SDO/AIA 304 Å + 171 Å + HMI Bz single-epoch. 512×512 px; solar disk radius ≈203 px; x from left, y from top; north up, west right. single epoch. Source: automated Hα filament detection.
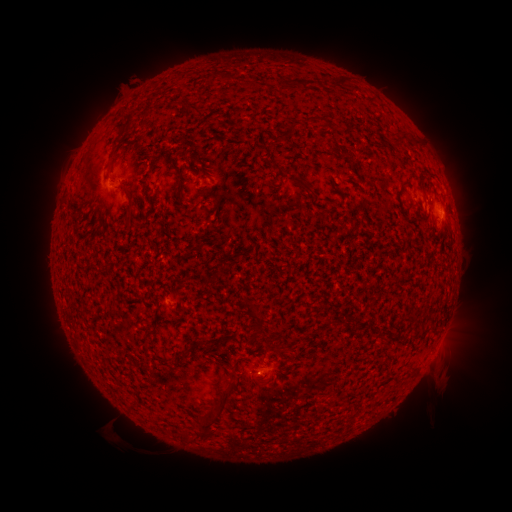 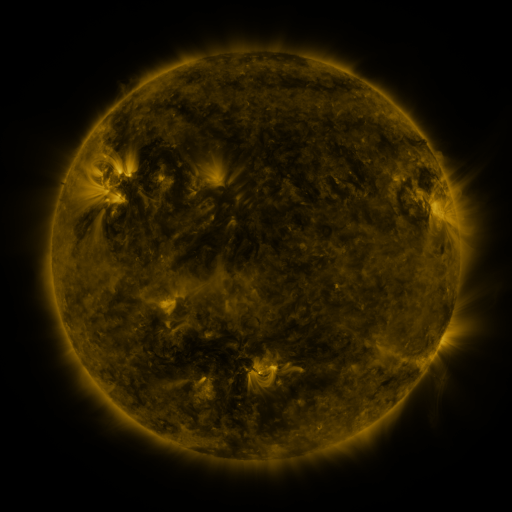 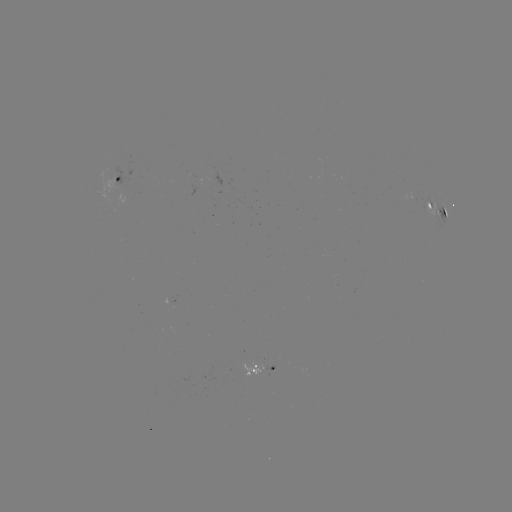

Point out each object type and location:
filament: <bbox>206, 70, 232, 82</bbox>
filament: <bbox>243, 79, 260, 89</bbox>
filament: <bbox>301, 79, 318, 90</bbox>
filament: <bbox>184, 104, 200, 113</bbox>
filament: <bbox>304, 115, 331, 126</bbox>
filament: <bbox>117, 124, 128, 138</bbox>
filament: <bbox>279, 126, 294, 141</bbox>
filament: <bbox>410, 136, 419, 146</bbox>
filament: <bbox>108, 144, 122, 162</bbox>
filament: <bbox>287, 175, 313, 195</bbox>
filament: <bbox>398, 180, 409, 191</bbox>
filament: <bbox>123, 203, 133, 218</bbox>
filament: <bbox>440, 208, 446, 217</bbox>
filament: <bbox>243, 304, 265, 335</bbox>
filament: <bbox>261, 345, 270, 355</bbox>
filament: <bbox>236, 356, 248, 362</bbox>
filament: <bbox>229, 371, 239, 380</bbox>
filament: <bbox>197, 382, 236, 439</bbox>
filament: <bbox>179, 429, 192, 442</bbox>
